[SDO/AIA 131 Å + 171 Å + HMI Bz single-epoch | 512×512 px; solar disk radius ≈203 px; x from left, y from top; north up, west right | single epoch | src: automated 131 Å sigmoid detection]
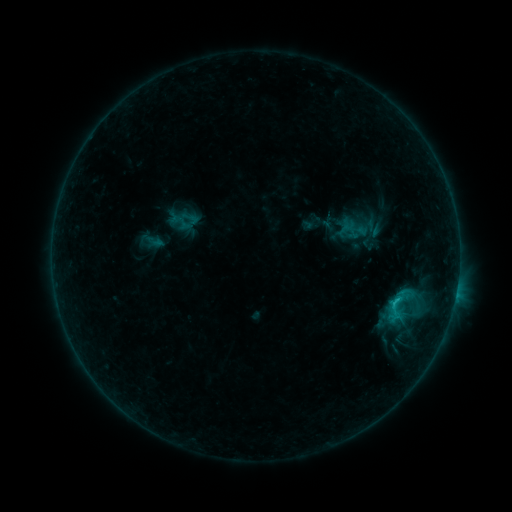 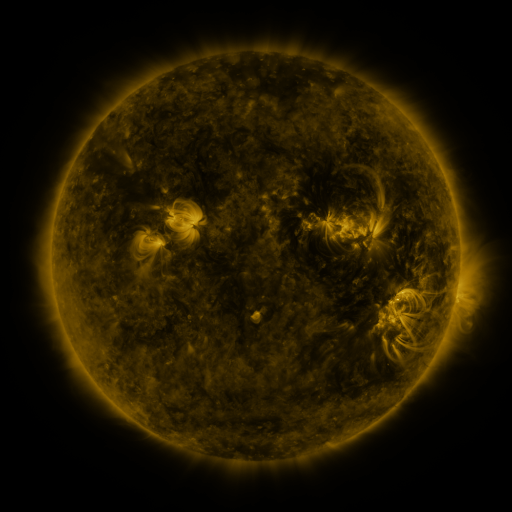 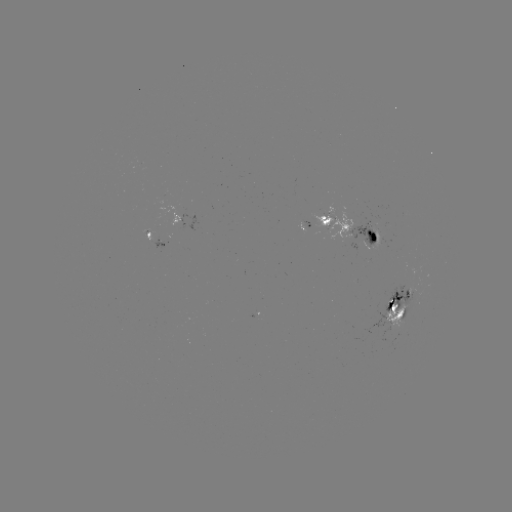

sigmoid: <bbox>382, 294, 409, 321</bbox>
